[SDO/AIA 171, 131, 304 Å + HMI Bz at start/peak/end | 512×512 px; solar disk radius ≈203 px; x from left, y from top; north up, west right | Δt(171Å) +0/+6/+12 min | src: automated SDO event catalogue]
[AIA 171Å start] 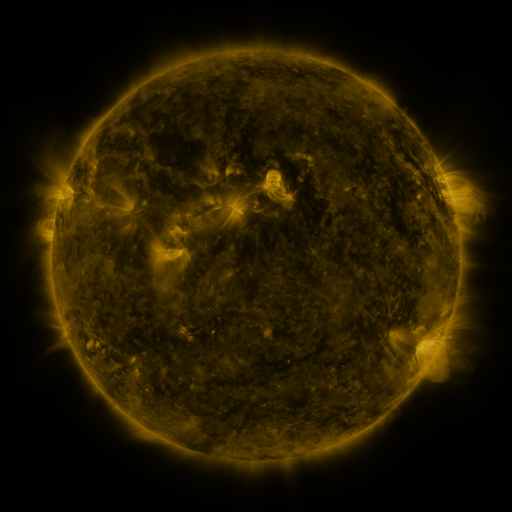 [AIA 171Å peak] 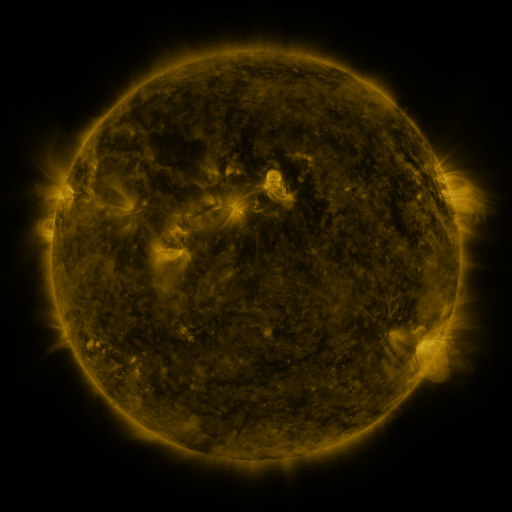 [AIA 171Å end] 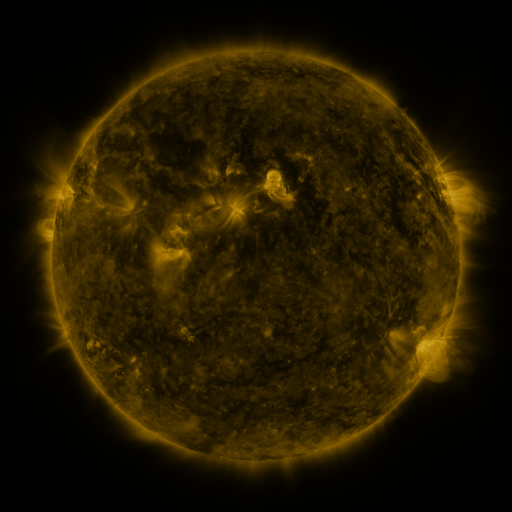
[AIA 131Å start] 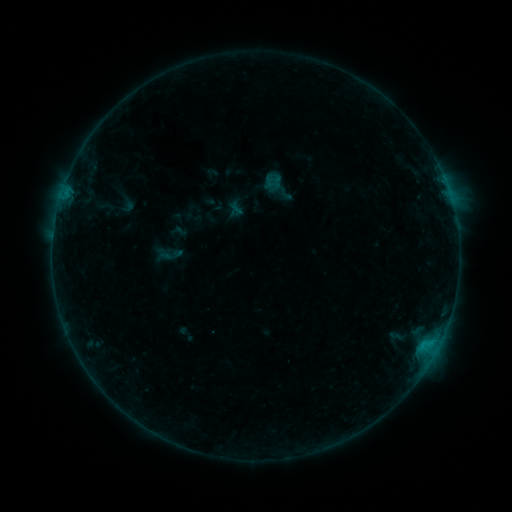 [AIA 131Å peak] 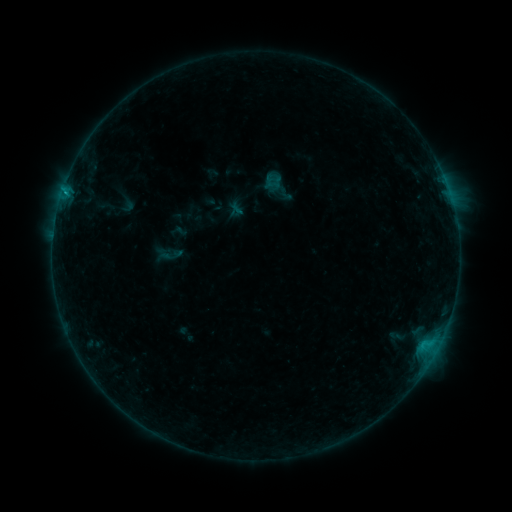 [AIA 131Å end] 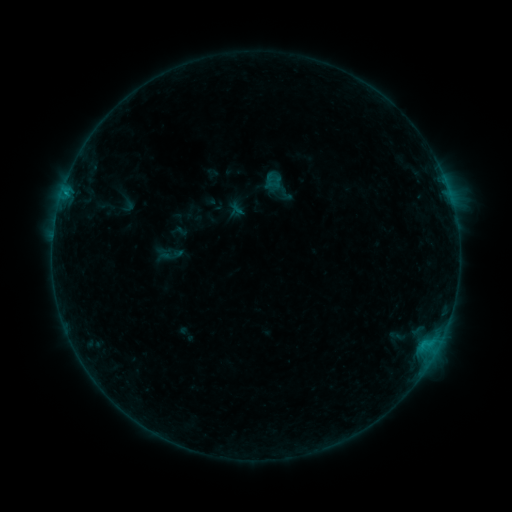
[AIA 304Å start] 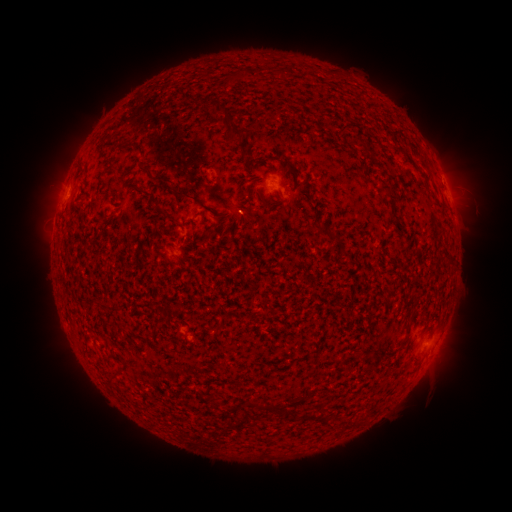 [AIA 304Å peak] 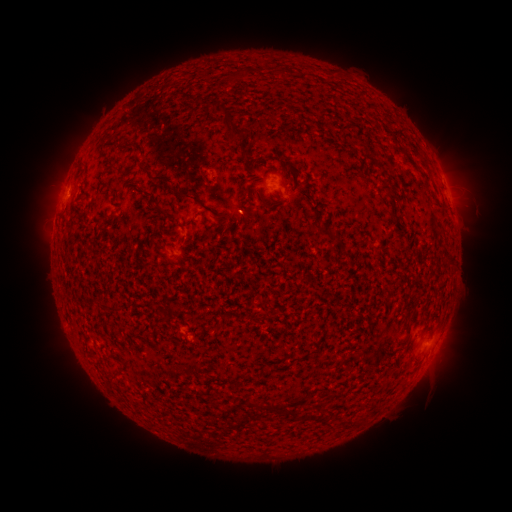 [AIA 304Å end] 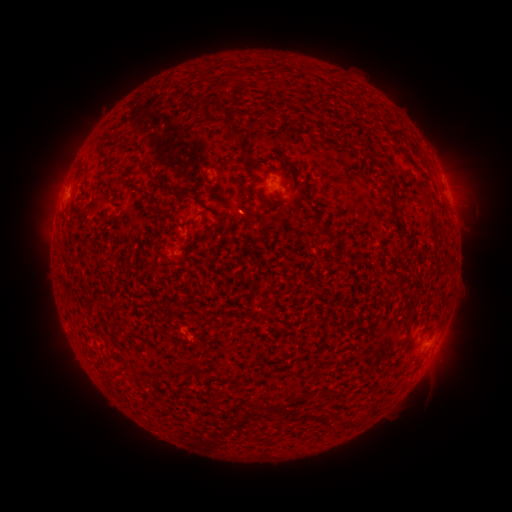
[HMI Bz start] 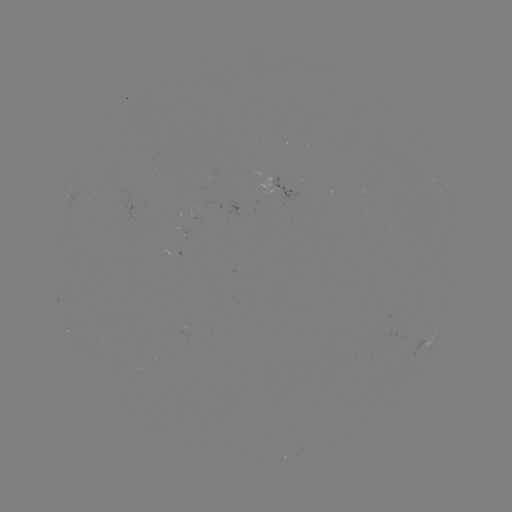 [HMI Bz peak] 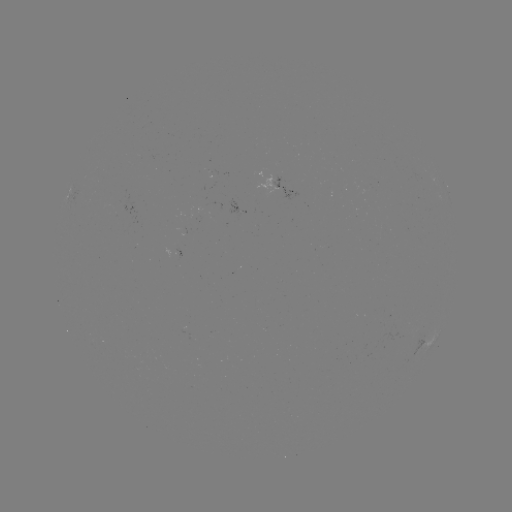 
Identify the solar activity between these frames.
B4.1 flare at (66, 196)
